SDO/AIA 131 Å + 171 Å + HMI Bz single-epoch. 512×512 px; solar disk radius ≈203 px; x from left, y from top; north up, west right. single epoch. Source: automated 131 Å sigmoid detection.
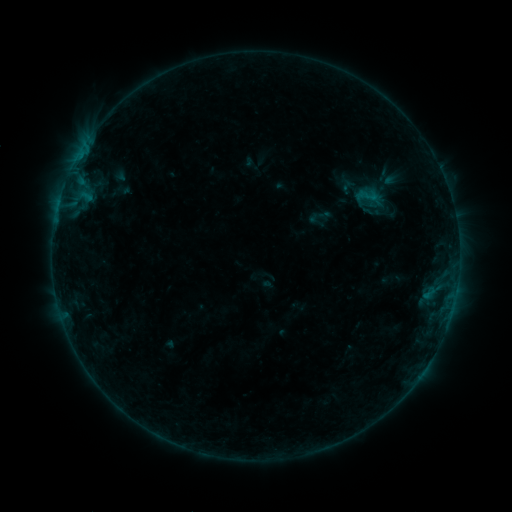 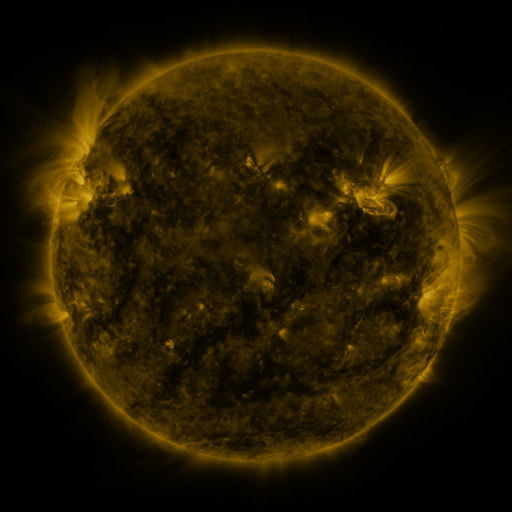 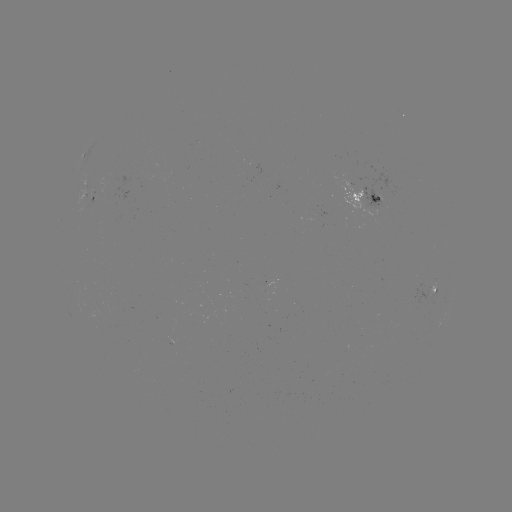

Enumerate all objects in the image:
sigmoid: <bbox>352, 182, 382, 210</bbox>
sigmoid: <bbox>307, 204, 332, 229</bbox>
